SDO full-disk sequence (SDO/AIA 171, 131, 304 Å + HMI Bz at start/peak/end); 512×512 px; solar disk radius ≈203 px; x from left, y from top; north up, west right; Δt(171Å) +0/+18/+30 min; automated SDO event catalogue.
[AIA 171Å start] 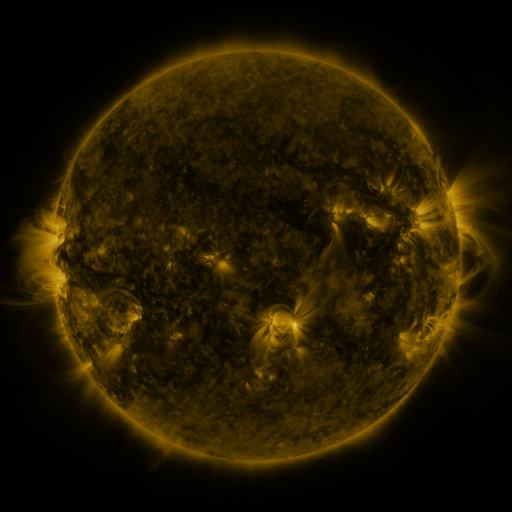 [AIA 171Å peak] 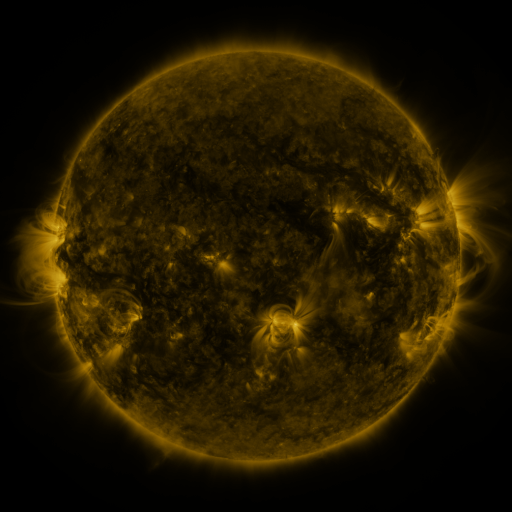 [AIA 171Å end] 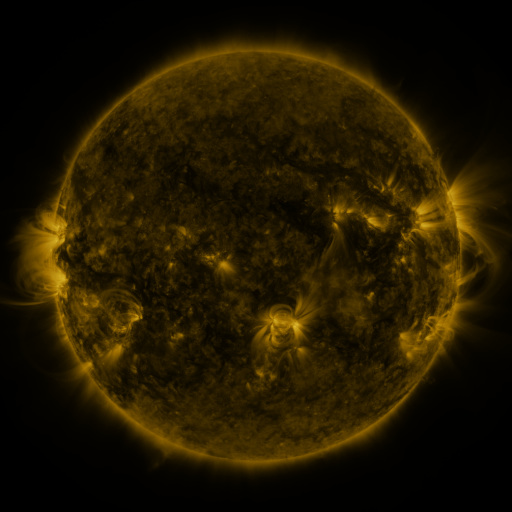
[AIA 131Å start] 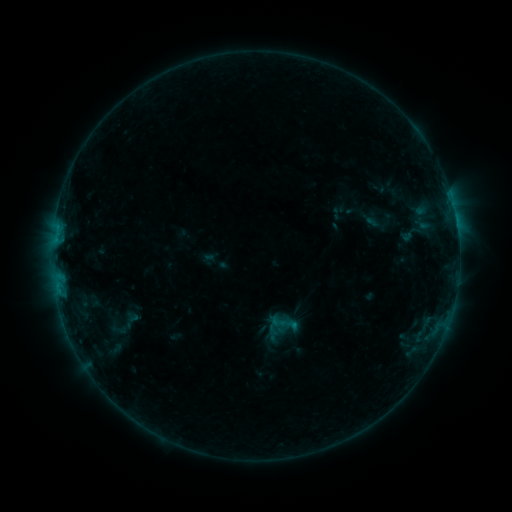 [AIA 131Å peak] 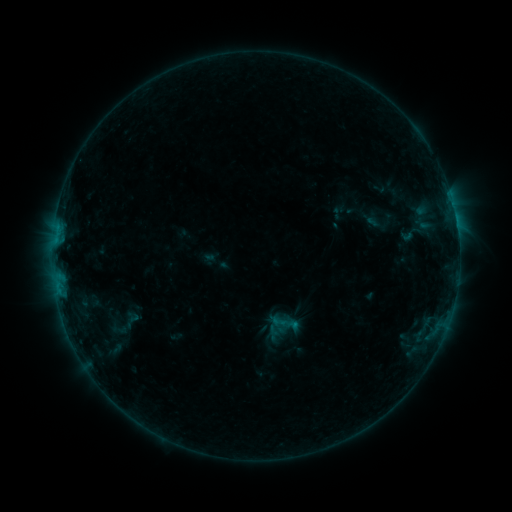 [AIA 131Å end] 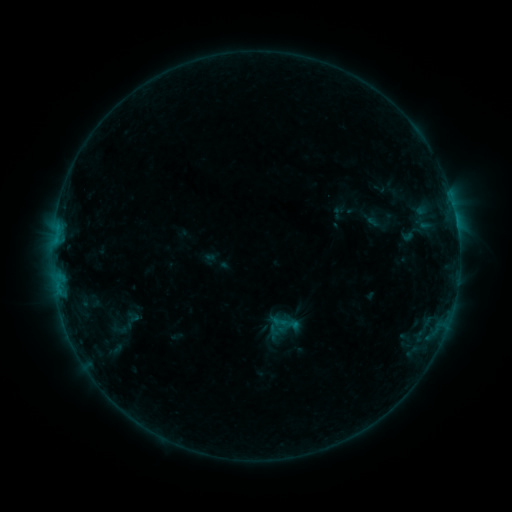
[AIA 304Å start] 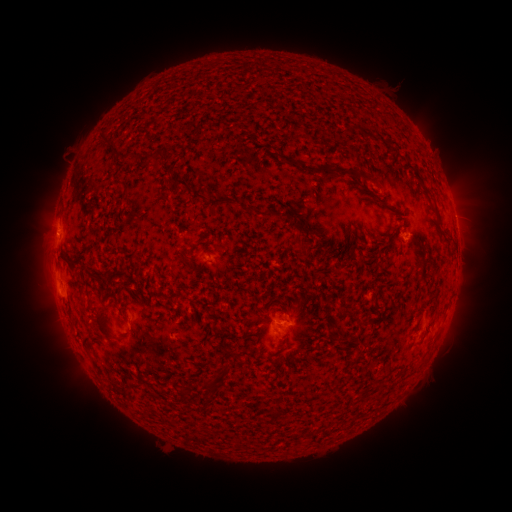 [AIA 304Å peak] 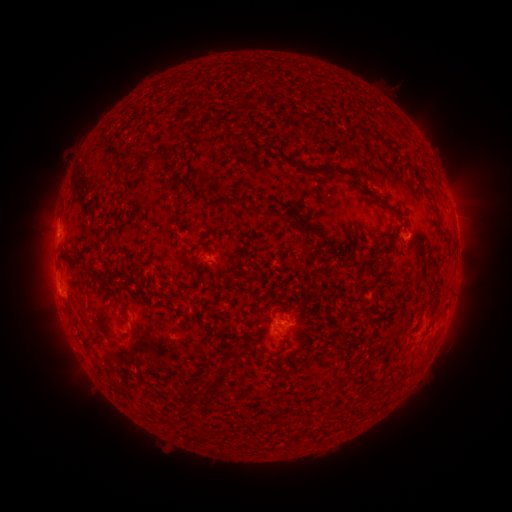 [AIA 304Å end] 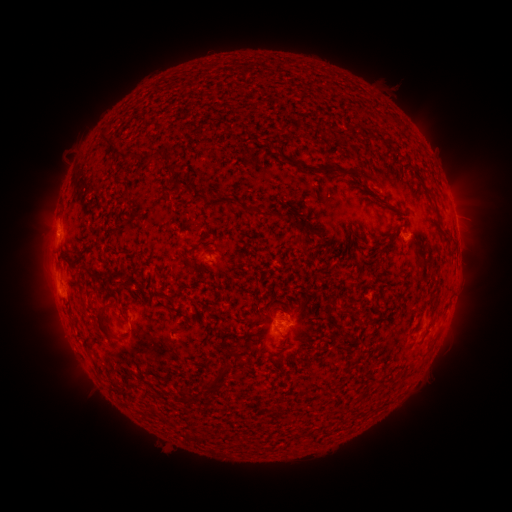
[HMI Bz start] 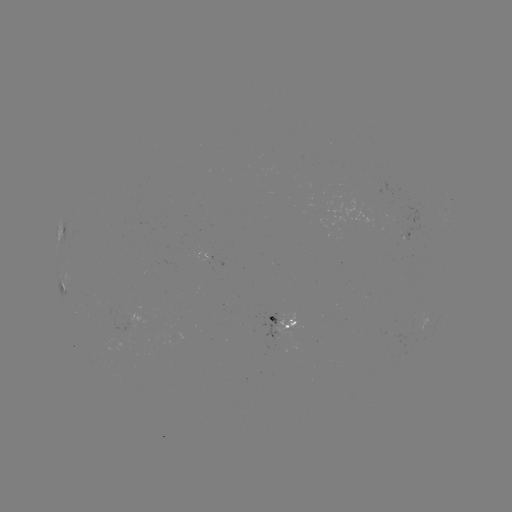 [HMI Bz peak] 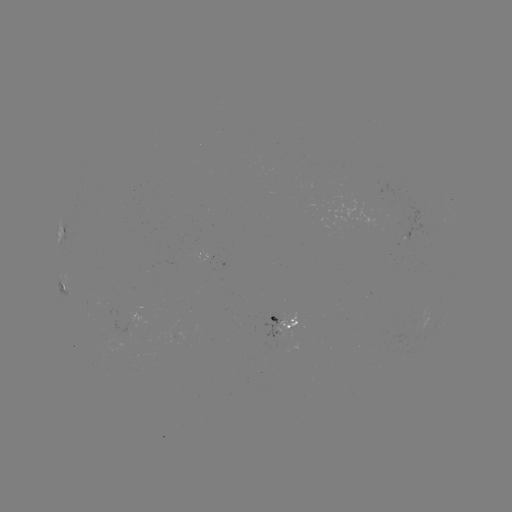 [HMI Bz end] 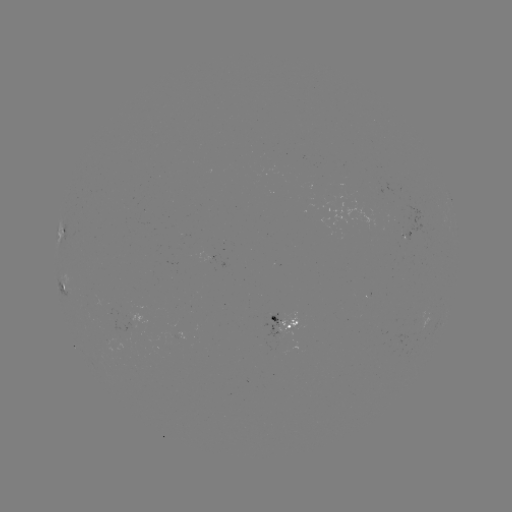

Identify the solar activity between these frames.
no flare in any classed list; no EUV-trigger detection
